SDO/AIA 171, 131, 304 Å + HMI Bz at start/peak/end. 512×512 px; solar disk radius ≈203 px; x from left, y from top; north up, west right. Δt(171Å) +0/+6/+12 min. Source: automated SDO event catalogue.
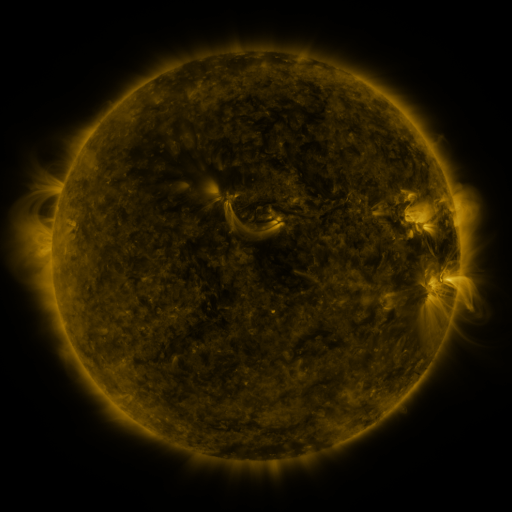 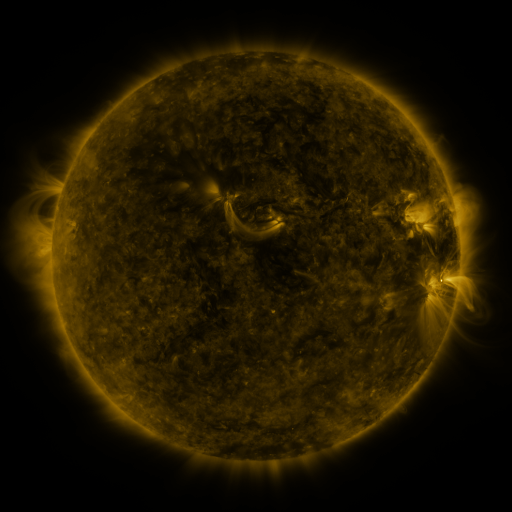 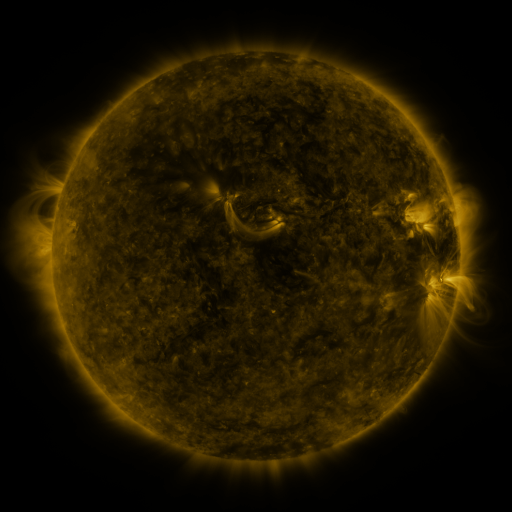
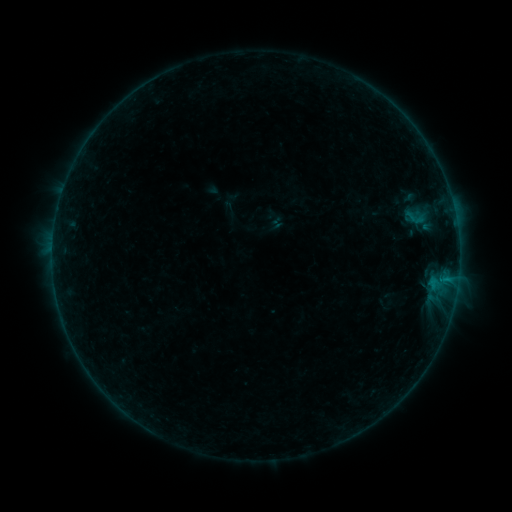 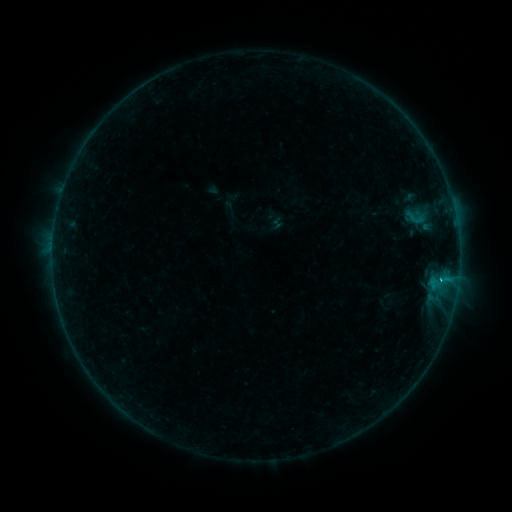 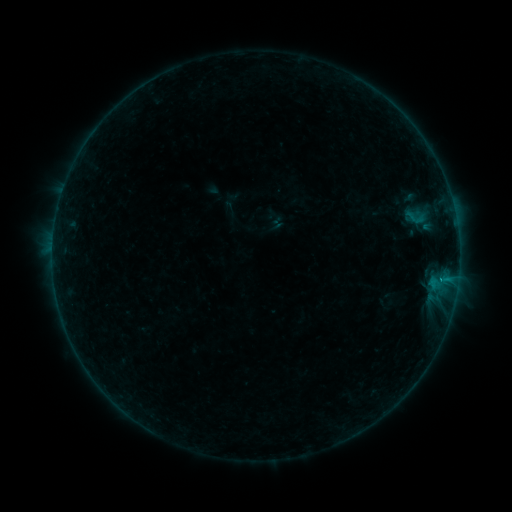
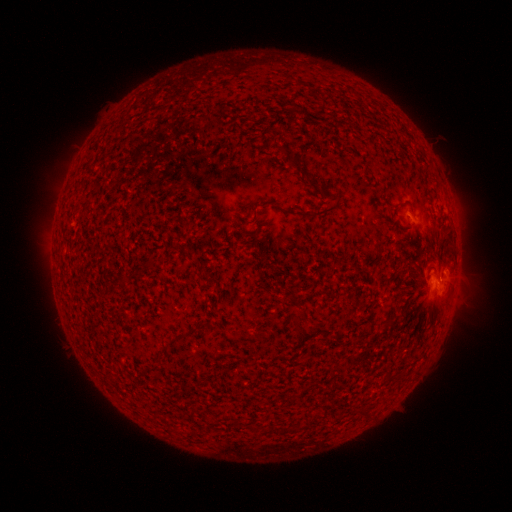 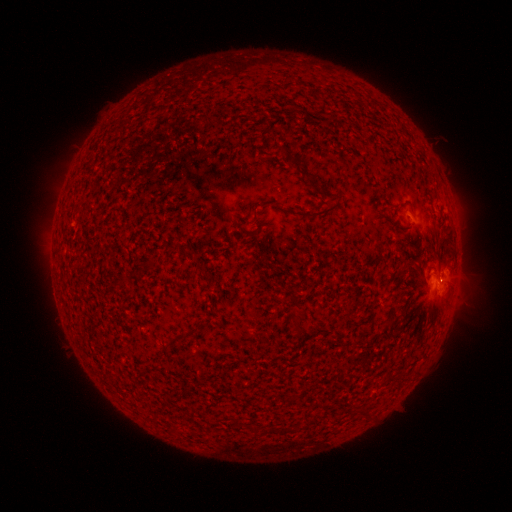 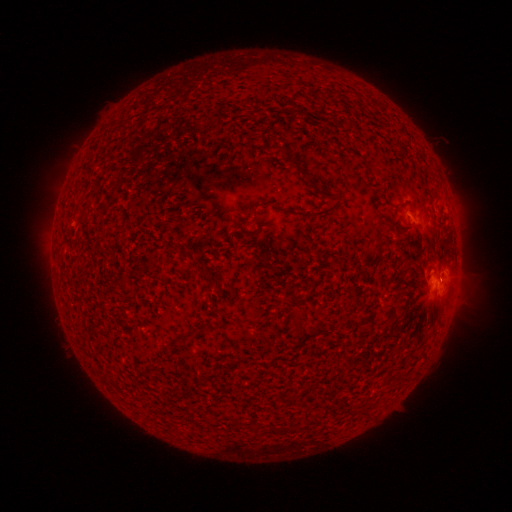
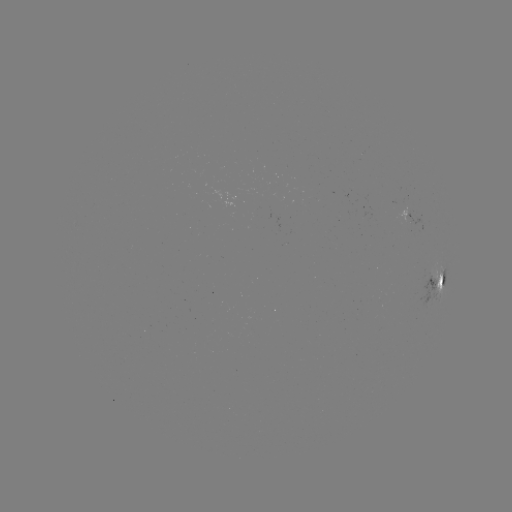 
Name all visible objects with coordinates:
B8.3 flare: (440, 276)
